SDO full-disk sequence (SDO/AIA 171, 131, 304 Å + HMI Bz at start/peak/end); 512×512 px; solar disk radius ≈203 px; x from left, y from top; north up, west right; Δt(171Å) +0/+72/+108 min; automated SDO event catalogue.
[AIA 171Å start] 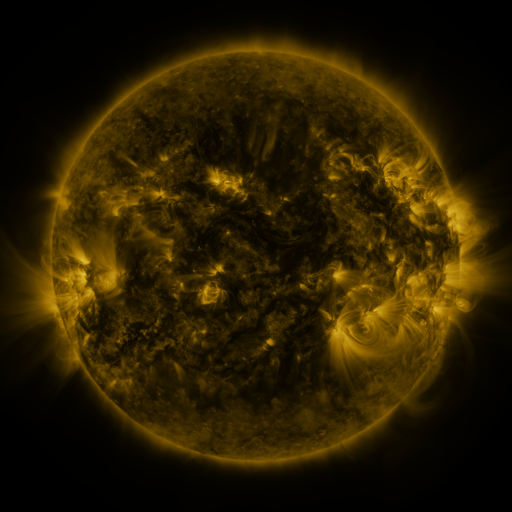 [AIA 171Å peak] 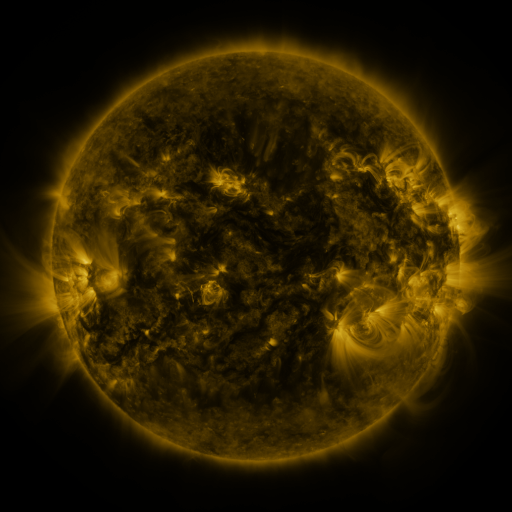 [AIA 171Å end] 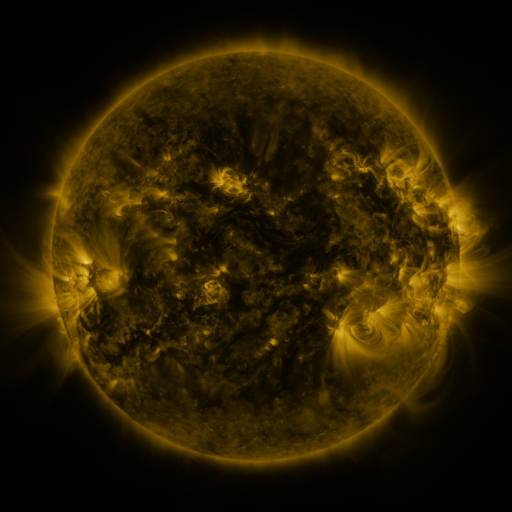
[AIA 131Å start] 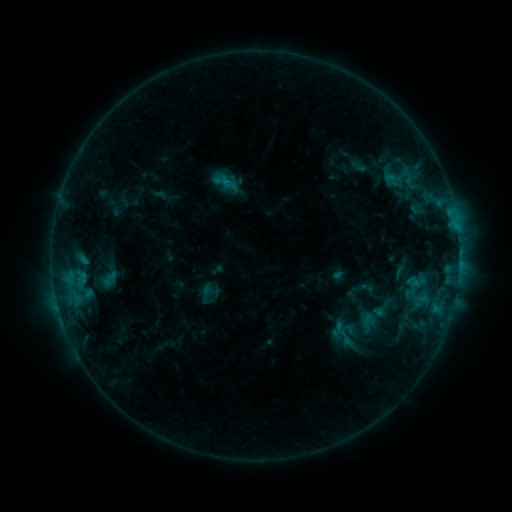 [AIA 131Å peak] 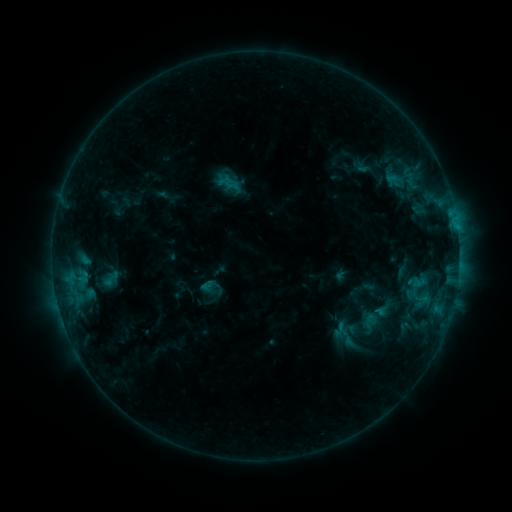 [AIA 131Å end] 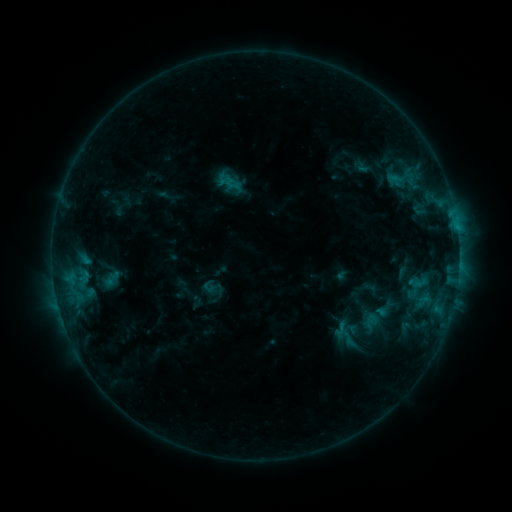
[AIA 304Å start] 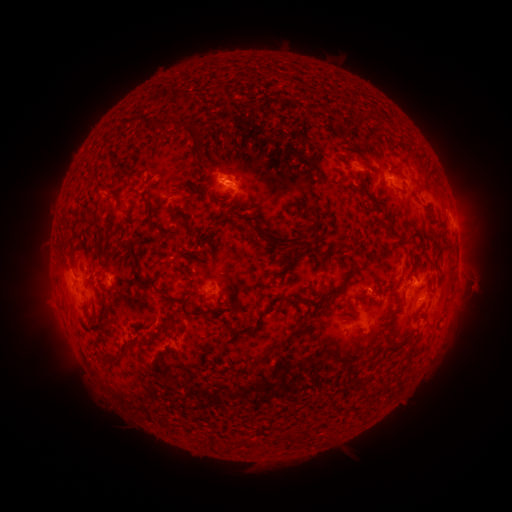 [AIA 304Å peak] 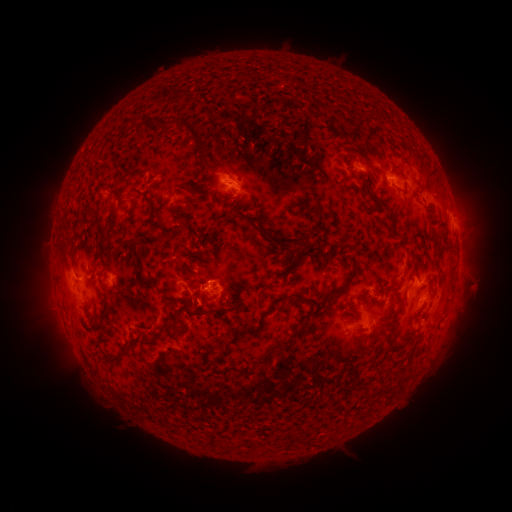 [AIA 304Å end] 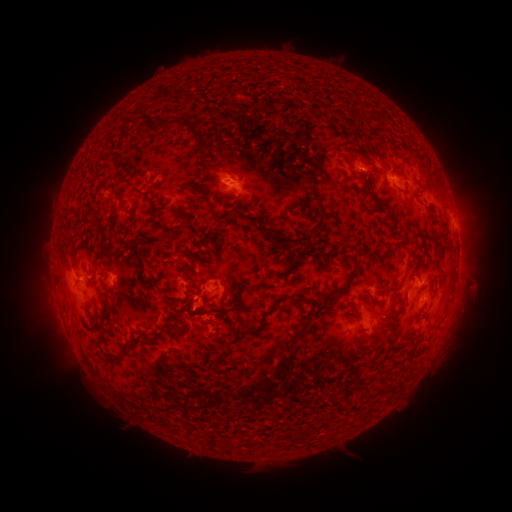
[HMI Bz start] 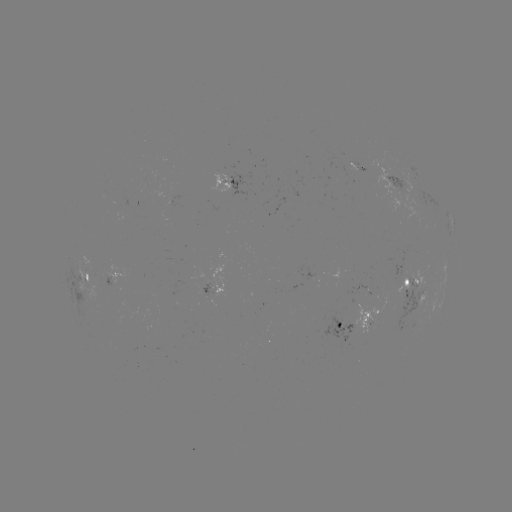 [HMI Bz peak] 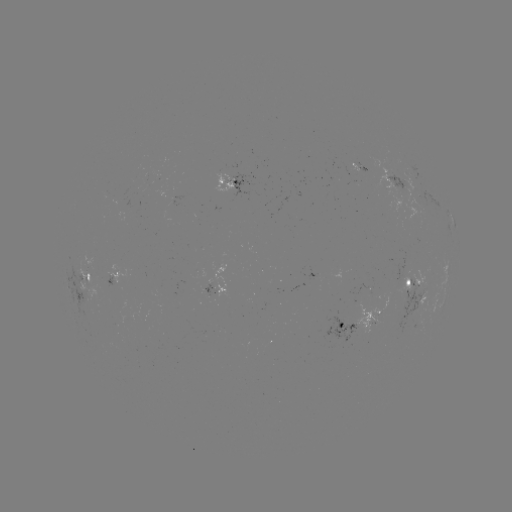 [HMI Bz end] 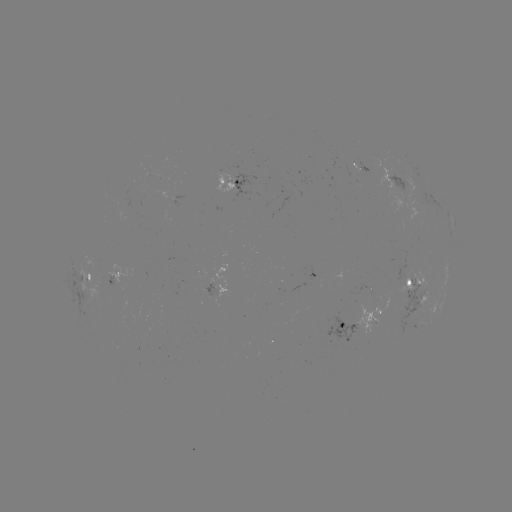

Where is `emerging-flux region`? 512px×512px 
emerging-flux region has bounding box [214, 165, 233, 191].